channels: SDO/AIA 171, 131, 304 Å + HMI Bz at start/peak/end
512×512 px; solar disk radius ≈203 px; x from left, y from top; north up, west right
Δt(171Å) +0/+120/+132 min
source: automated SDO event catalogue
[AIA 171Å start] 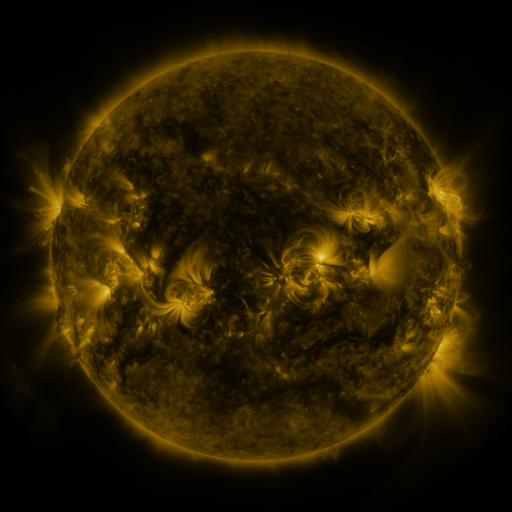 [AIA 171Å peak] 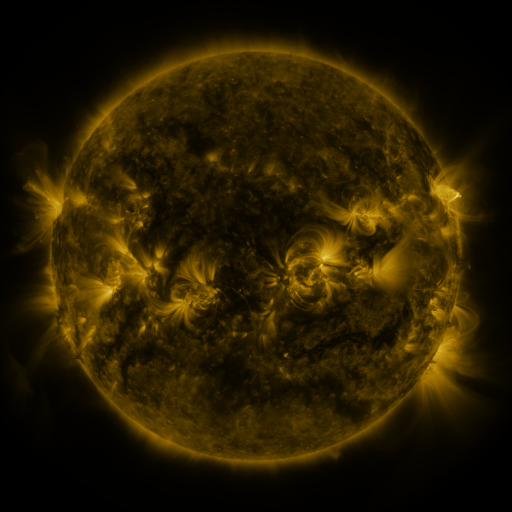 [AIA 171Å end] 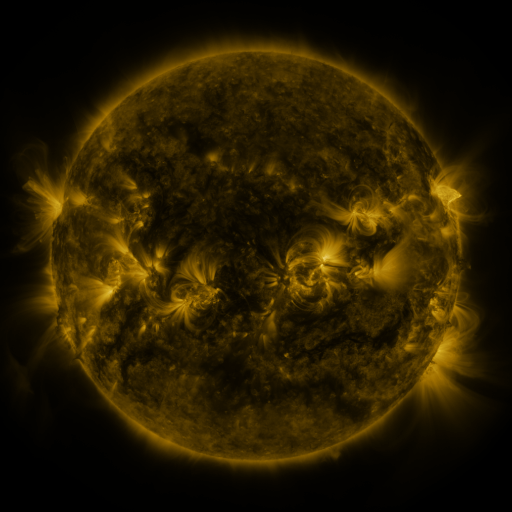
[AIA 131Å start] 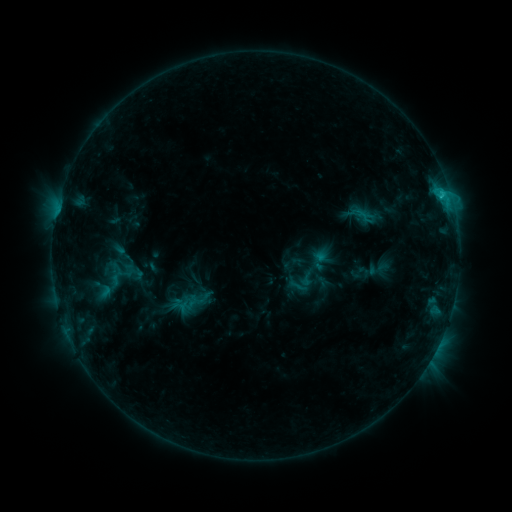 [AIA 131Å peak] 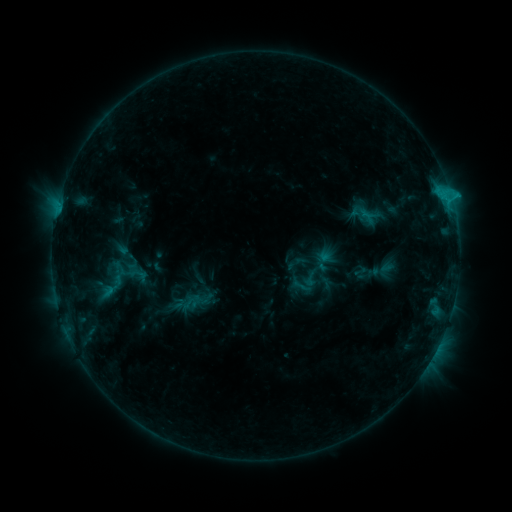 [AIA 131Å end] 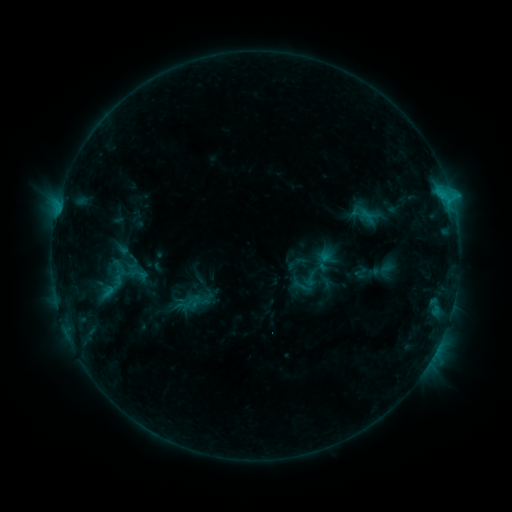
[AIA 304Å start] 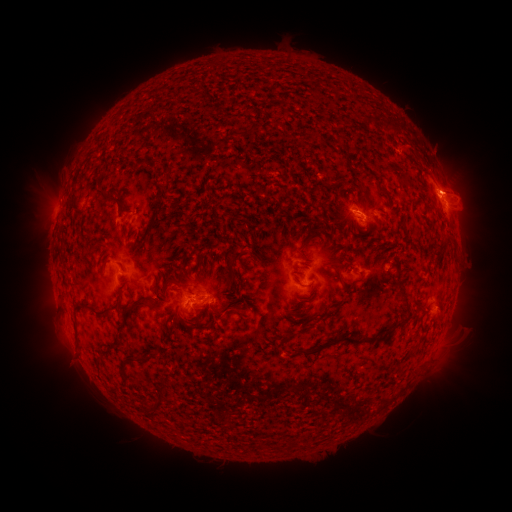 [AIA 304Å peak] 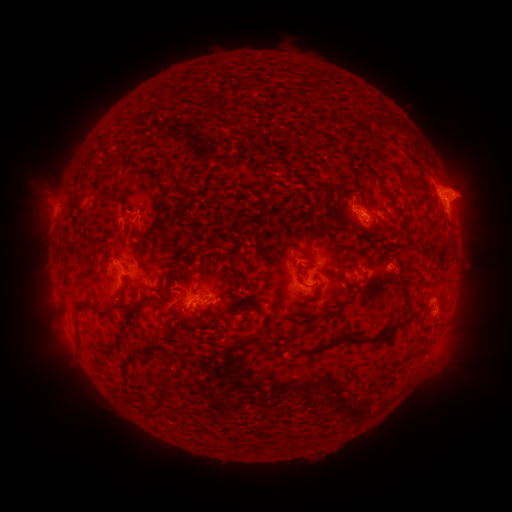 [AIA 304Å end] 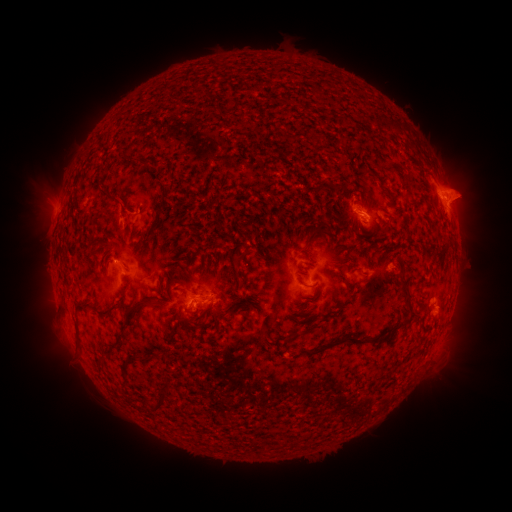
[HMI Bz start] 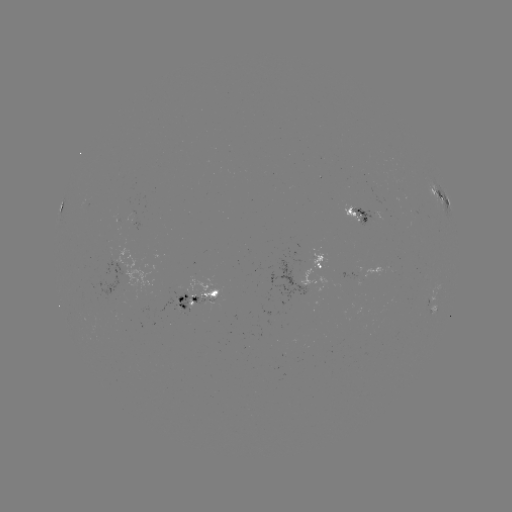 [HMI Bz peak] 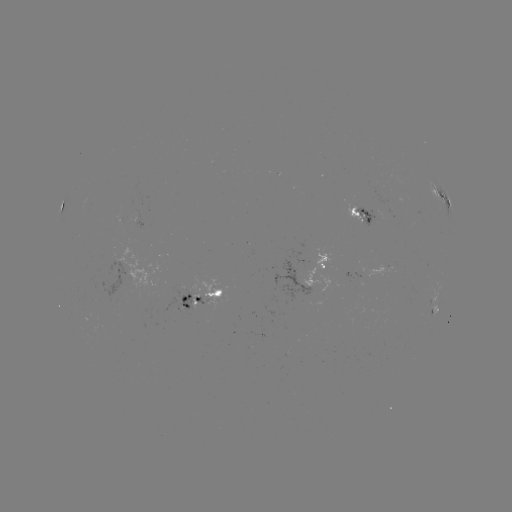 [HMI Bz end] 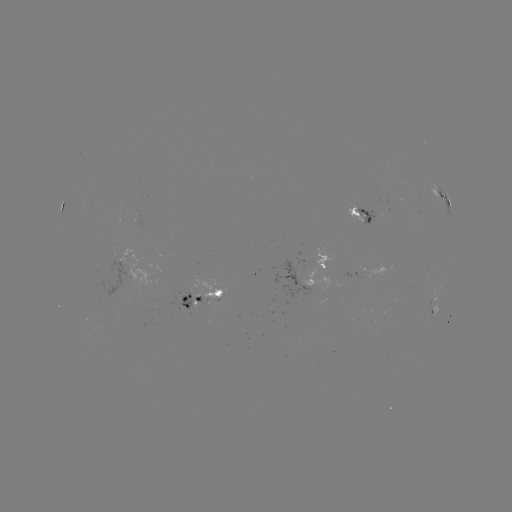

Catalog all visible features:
emerging-flux region: (313, 265)
